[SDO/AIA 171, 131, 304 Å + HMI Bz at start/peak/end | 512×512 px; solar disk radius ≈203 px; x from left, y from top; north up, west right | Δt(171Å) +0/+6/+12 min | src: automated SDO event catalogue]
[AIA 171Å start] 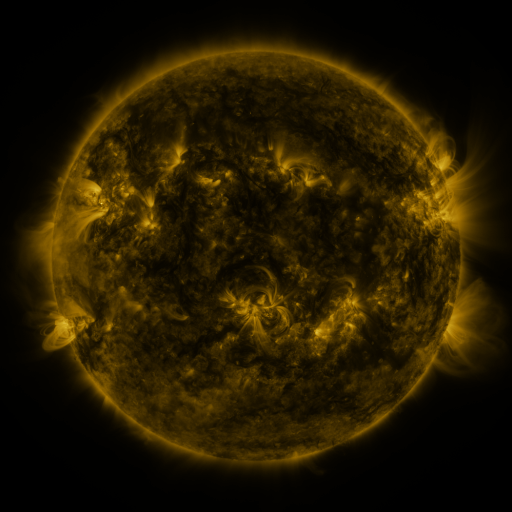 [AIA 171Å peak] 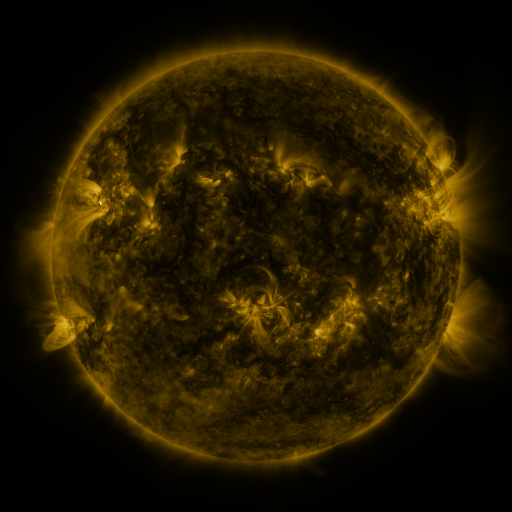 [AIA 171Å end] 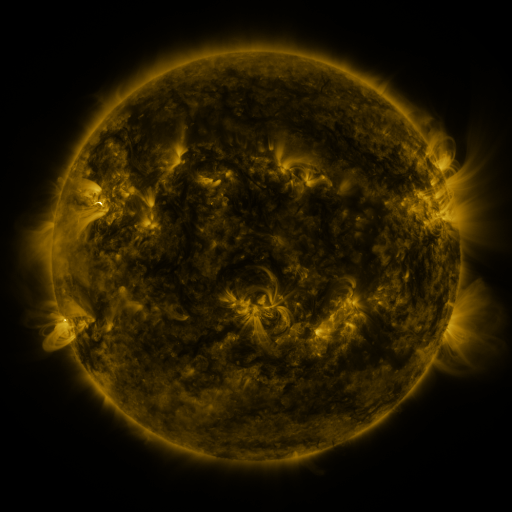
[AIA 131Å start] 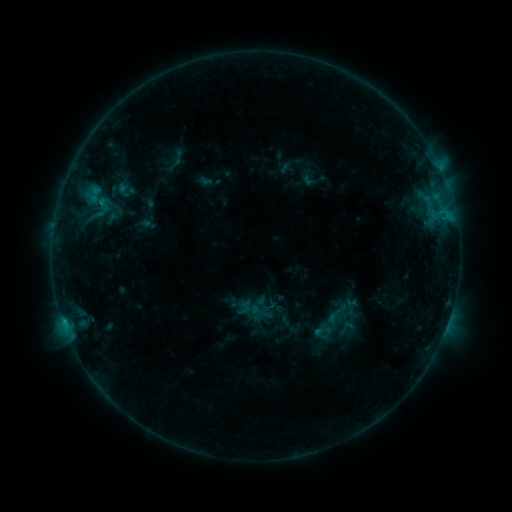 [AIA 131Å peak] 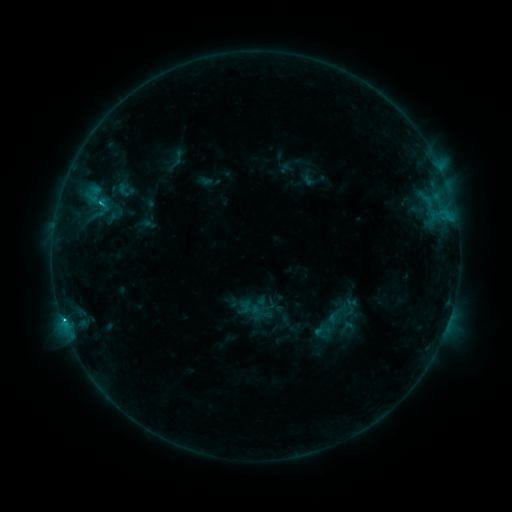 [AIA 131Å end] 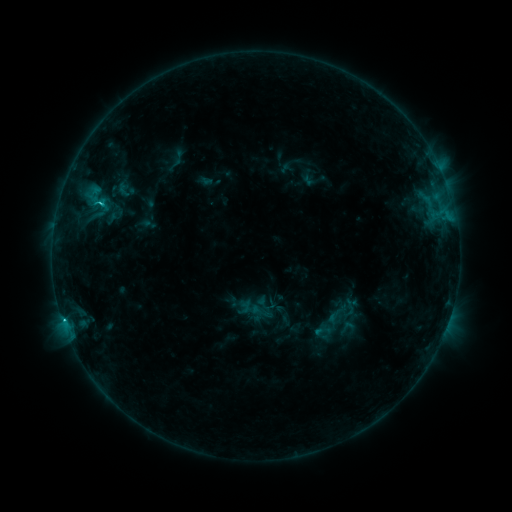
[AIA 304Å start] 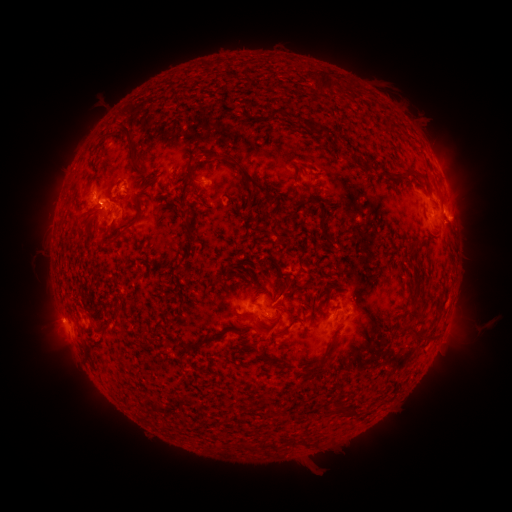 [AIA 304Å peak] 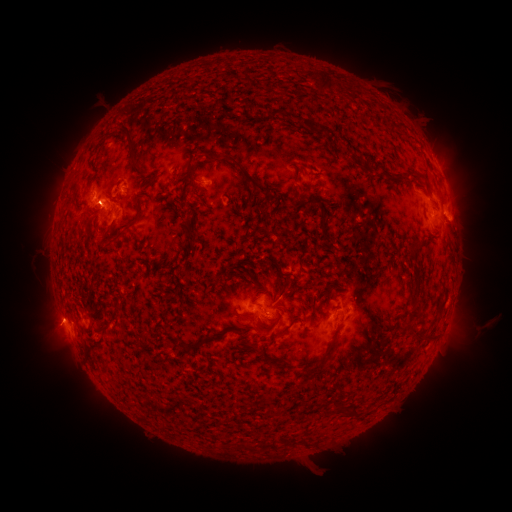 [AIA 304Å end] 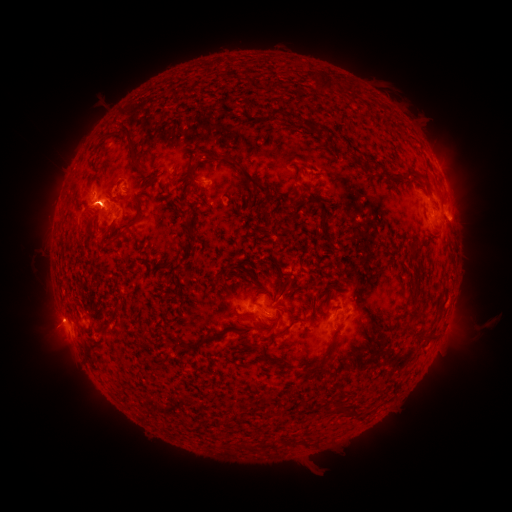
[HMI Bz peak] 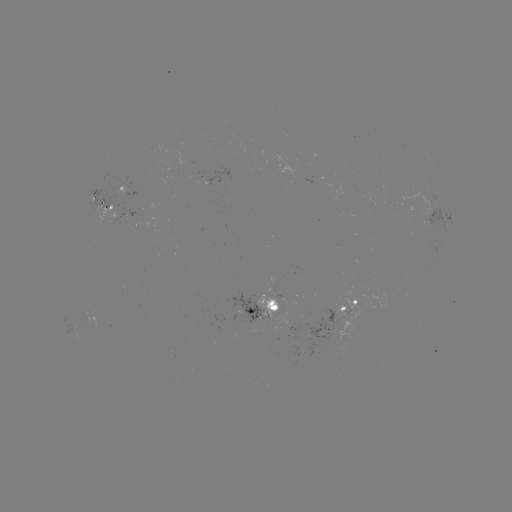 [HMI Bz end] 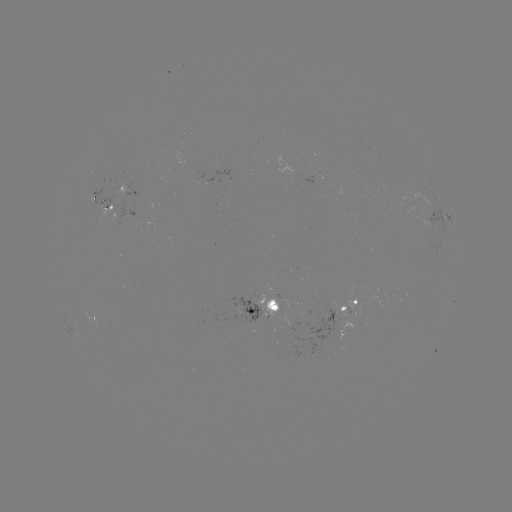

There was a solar flare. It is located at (63, 317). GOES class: C1.3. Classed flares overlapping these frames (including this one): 1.